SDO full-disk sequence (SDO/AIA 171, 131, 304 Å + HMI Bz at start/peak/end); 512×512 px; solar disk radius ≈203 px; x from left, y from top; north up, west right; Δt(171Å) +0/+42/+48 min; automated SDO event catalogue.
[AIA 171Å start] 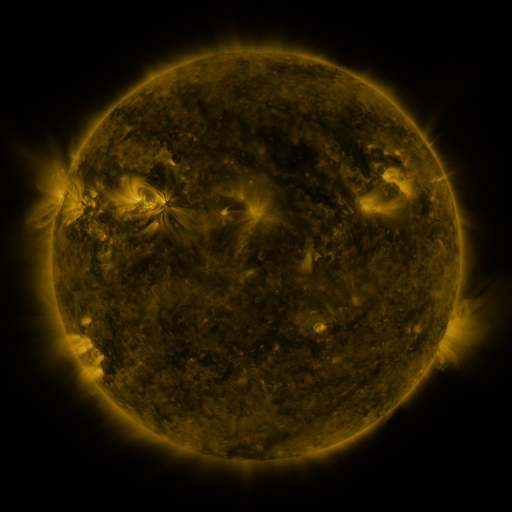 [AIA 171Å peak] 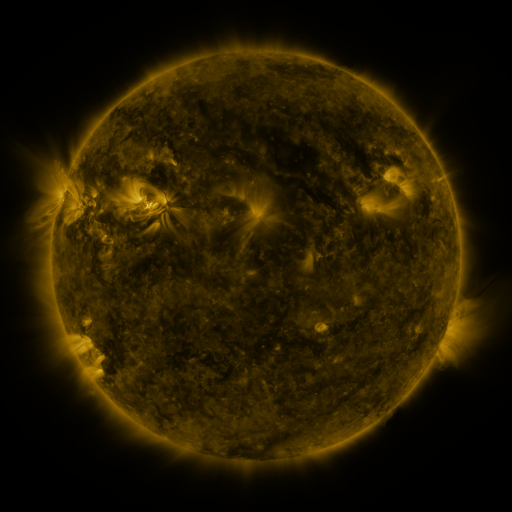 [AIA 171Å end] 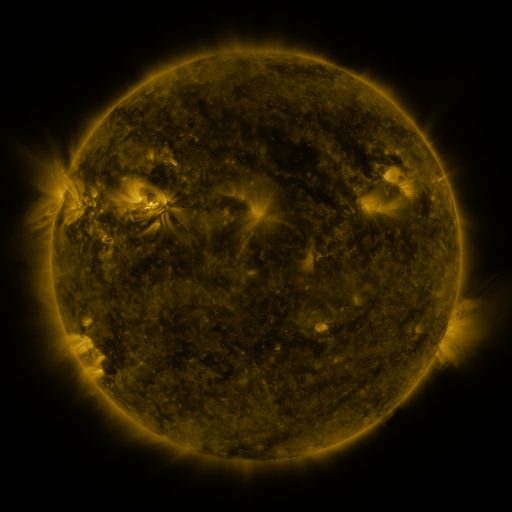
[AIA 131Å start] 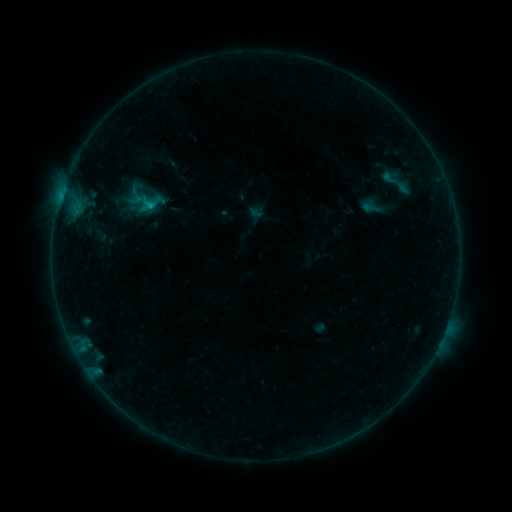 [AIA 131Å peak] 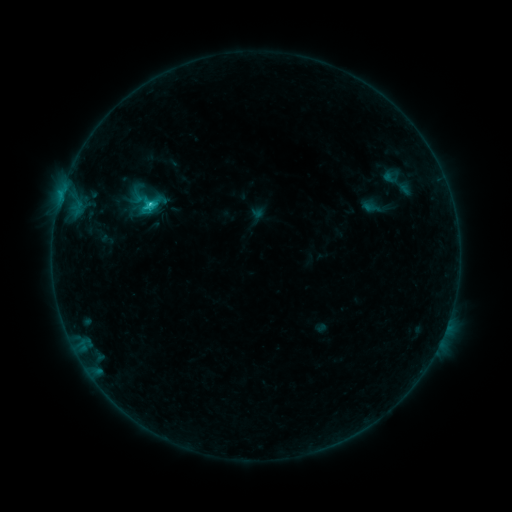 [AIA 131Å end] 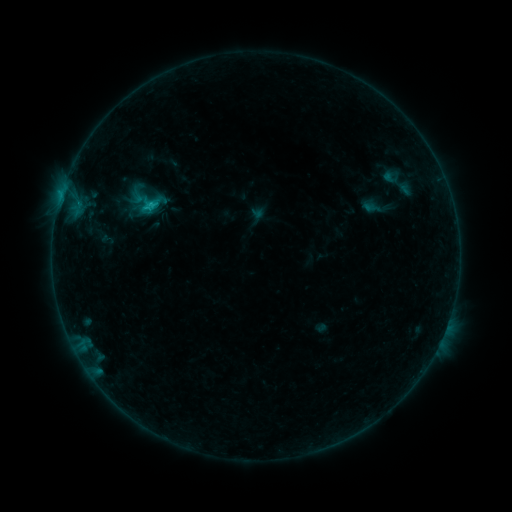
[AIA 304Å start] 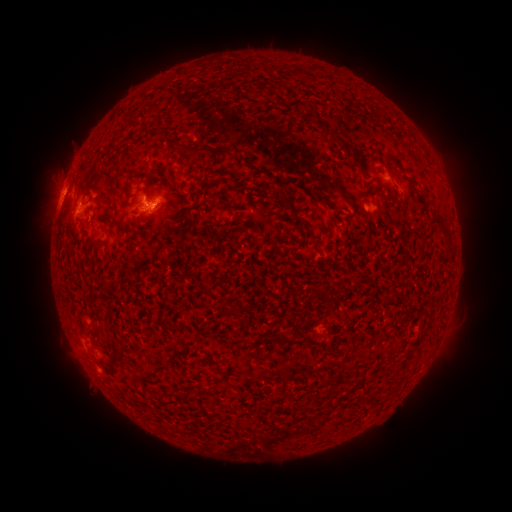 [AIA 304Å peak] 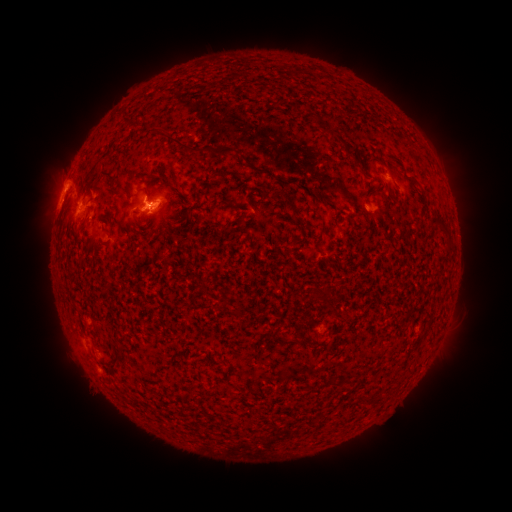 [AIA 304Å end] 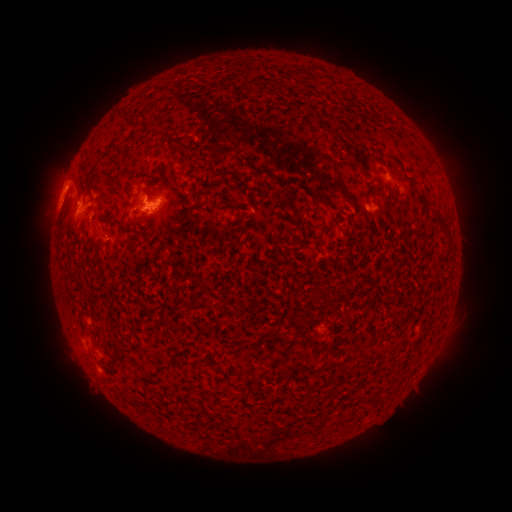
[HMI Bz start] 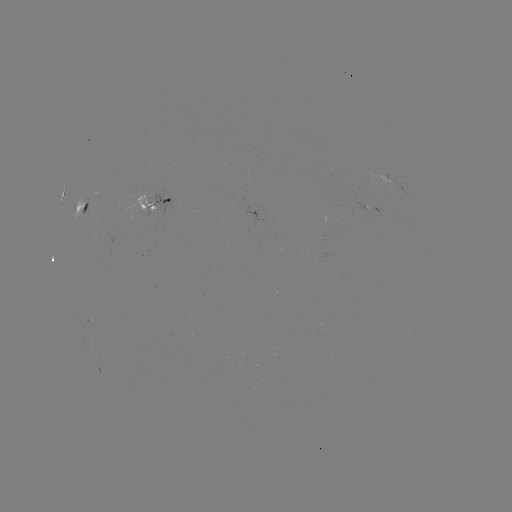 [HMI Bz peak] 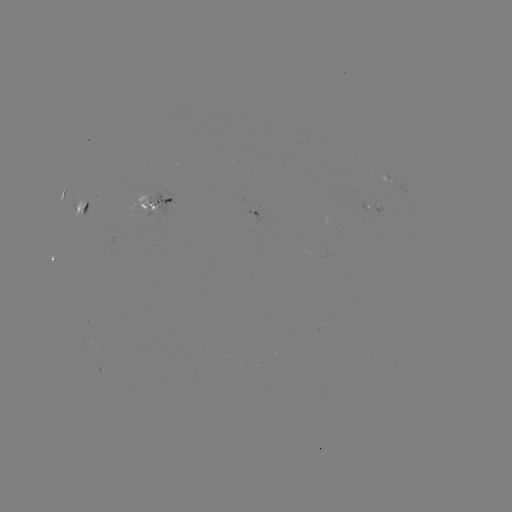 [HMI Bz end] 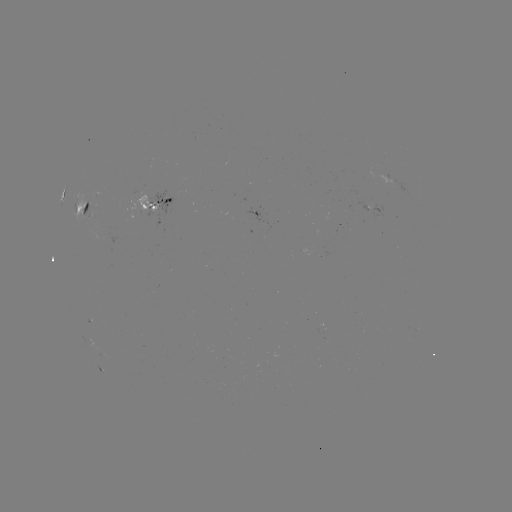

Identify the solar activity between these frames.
C2.2 flare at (150, 208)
